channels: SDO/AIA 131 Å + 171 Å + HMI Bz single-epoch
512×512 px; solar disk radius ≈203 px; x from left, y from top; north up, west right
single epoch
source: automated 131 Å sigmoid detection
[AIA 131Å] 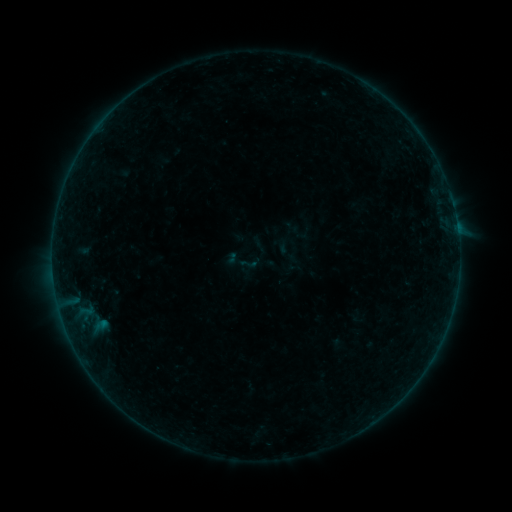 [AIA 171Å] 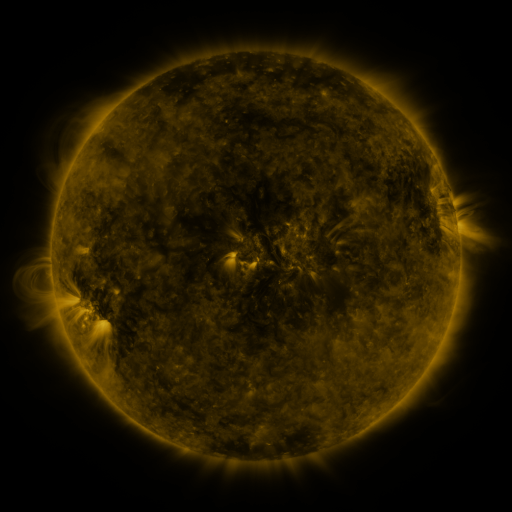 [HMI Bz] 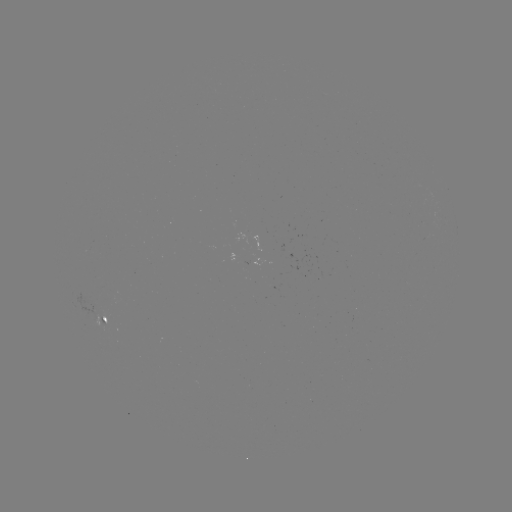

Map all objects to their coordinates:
sigmoid: [239, 254, 258, 273]
